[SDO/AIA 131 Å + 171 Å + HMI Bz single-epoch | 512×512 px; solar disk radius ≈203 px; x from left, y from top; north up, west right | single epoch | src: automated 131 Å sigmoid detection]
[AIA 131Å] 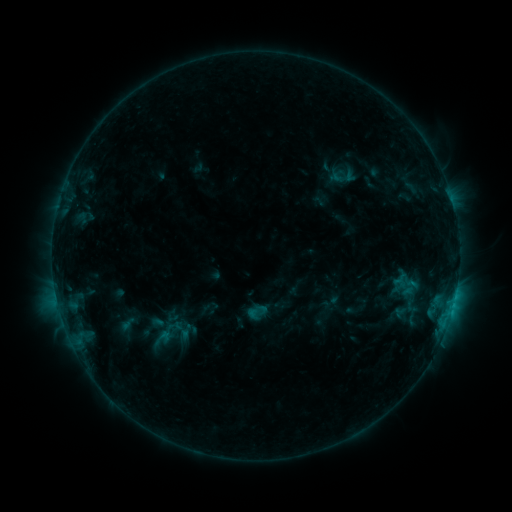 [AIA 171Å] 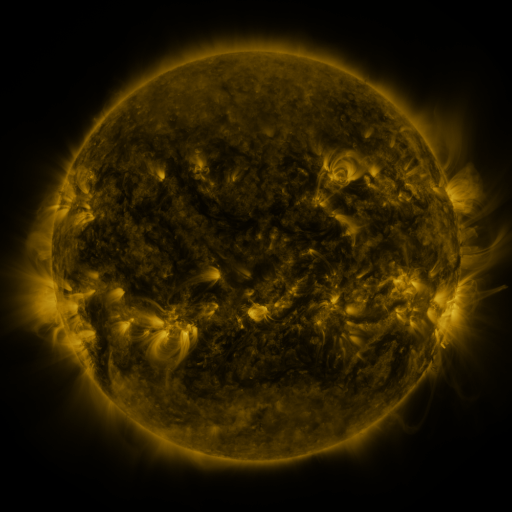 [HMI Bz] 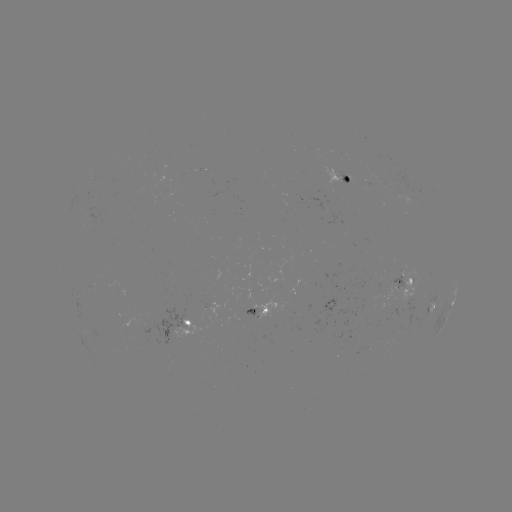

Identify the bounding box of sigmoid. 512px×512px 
[246, 302, 267, 322].